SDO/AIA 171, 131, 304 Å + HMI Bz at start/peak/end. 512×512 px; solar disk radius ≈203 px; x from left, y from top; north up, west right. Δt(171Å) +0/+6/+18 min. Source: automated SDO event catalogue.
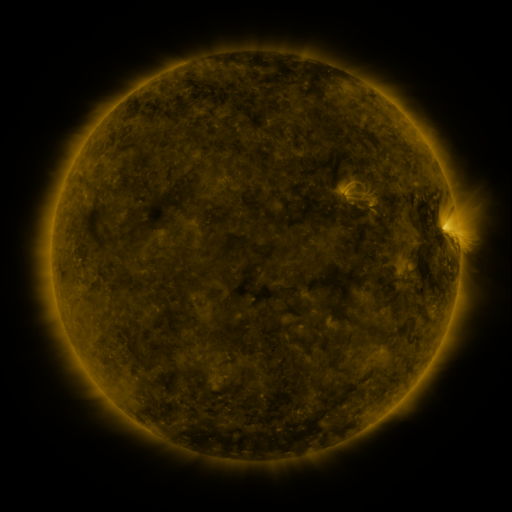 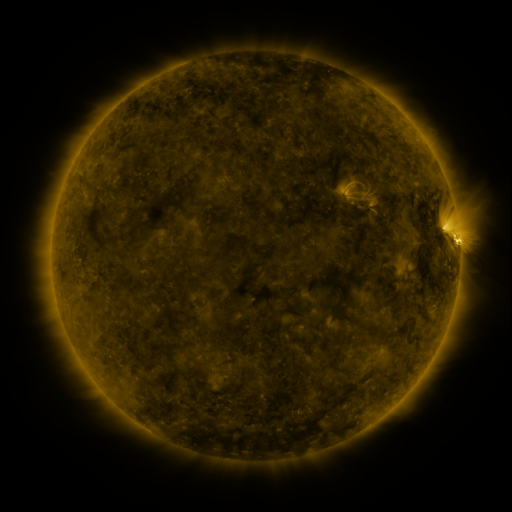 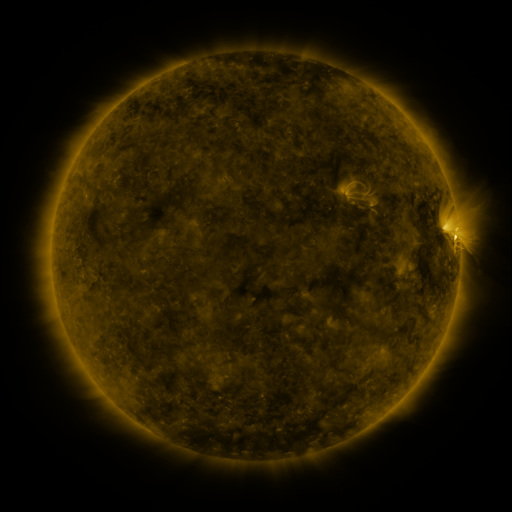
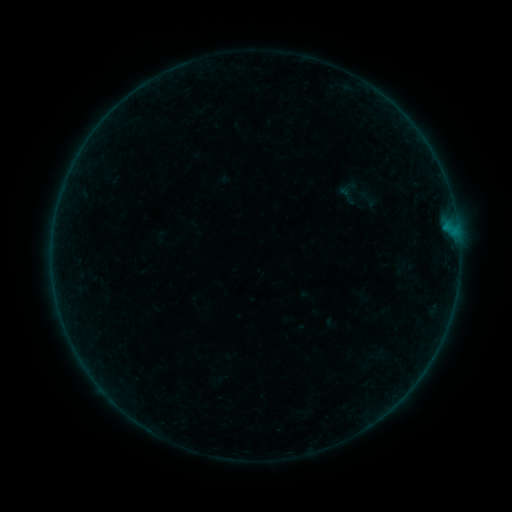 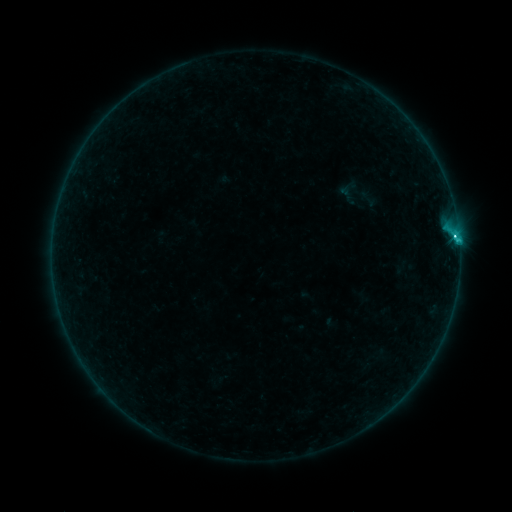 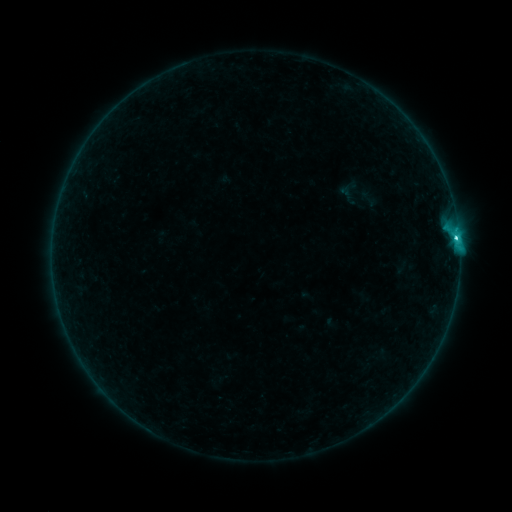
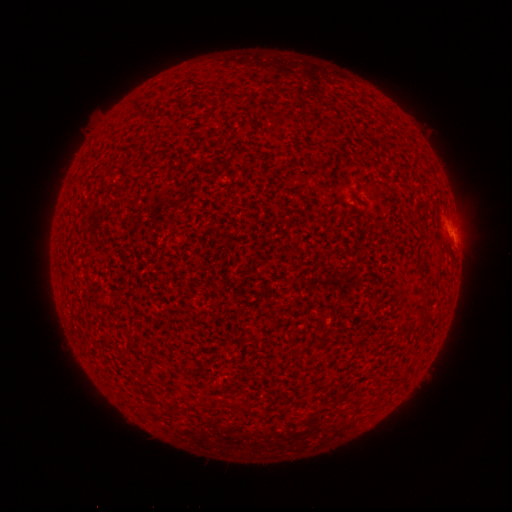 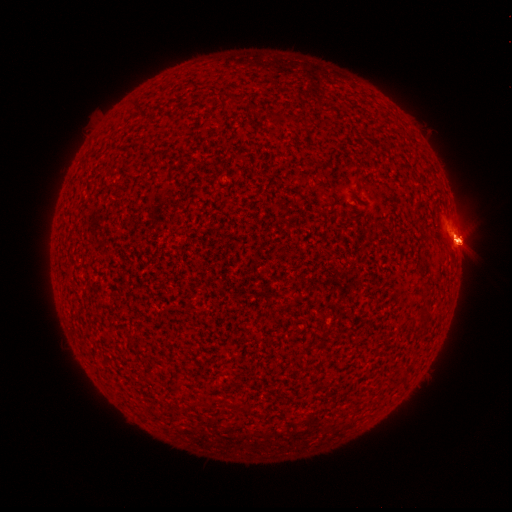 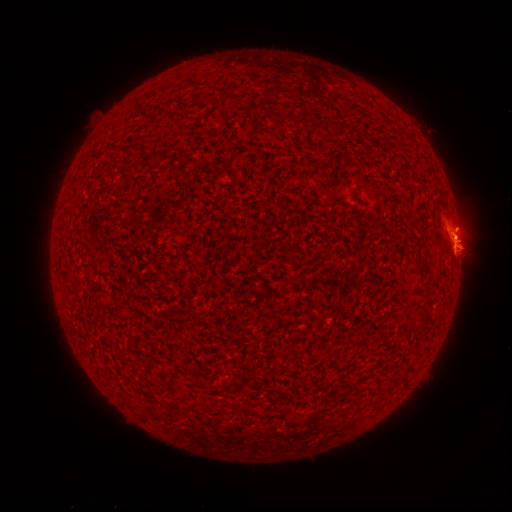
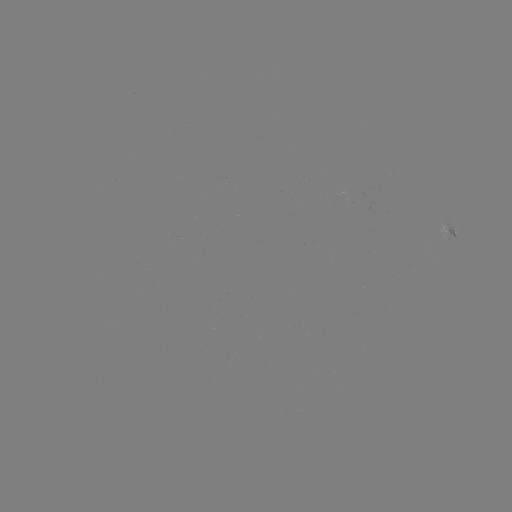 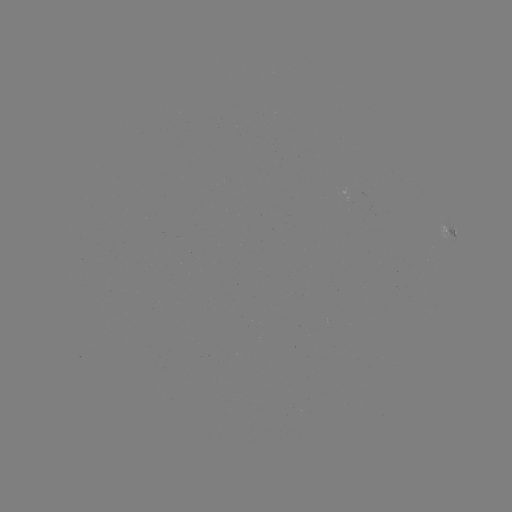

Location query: eruption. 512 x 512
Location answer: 457,241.